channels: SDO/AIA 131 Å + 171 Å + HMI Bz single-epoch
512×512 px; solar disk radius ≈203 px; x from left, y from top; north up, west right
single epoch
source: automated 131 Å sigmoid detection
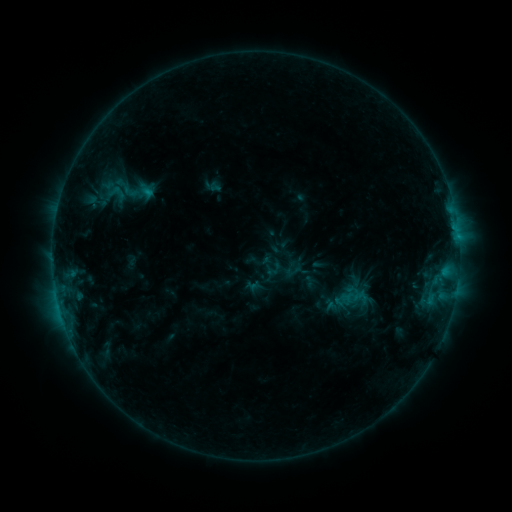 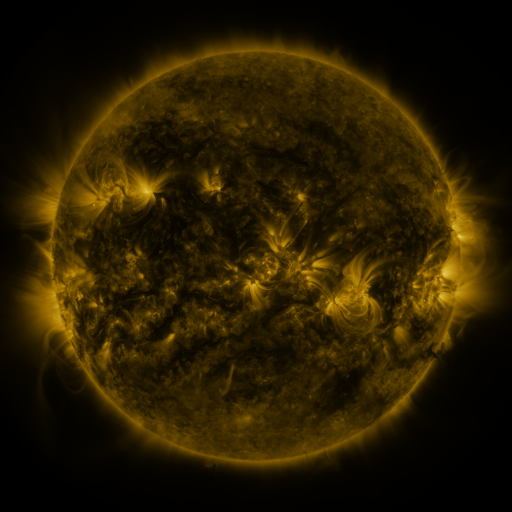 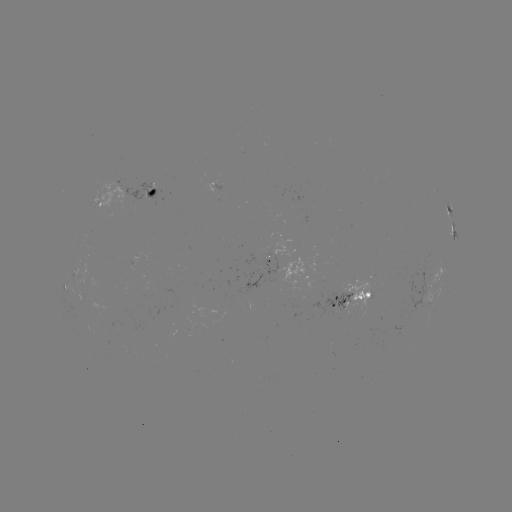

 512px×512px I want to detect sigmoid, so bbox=[113, 174, 141, 203].